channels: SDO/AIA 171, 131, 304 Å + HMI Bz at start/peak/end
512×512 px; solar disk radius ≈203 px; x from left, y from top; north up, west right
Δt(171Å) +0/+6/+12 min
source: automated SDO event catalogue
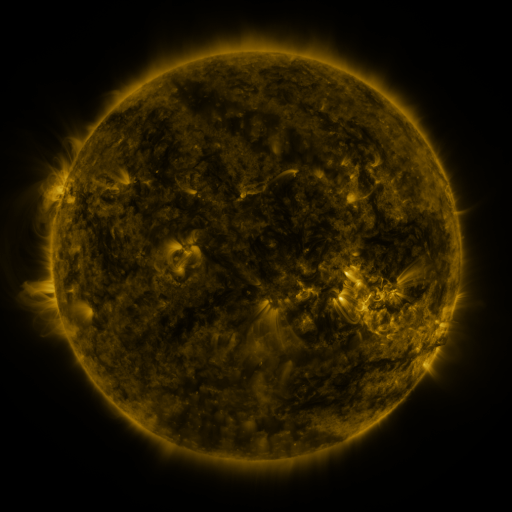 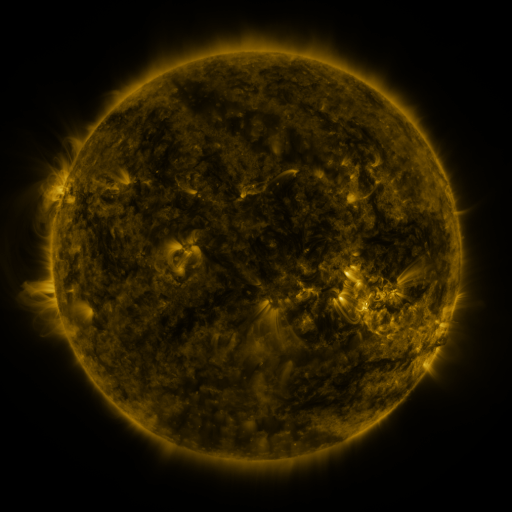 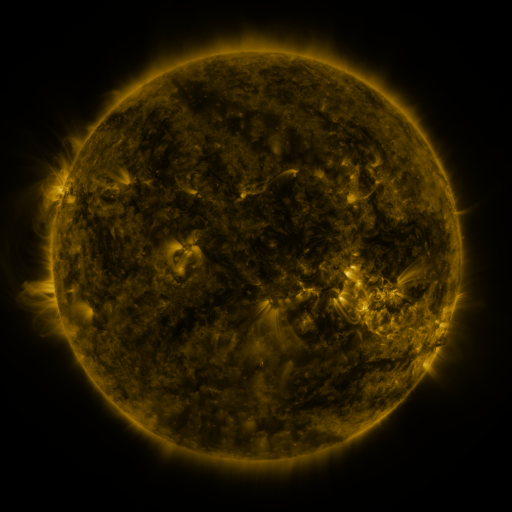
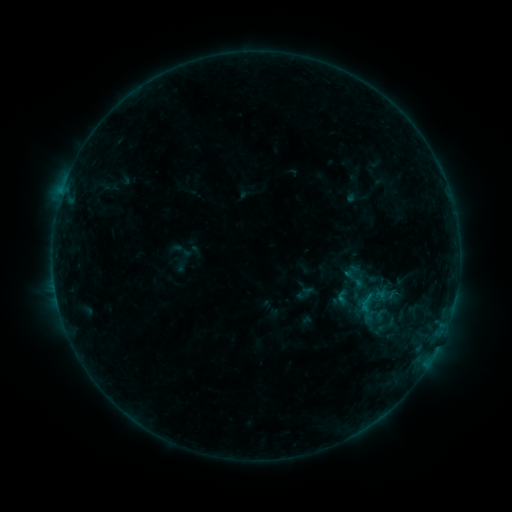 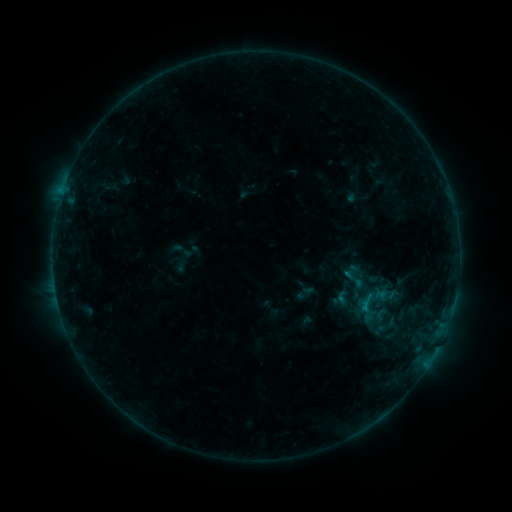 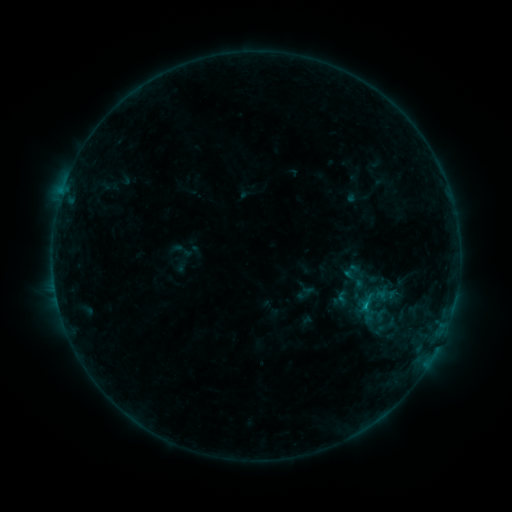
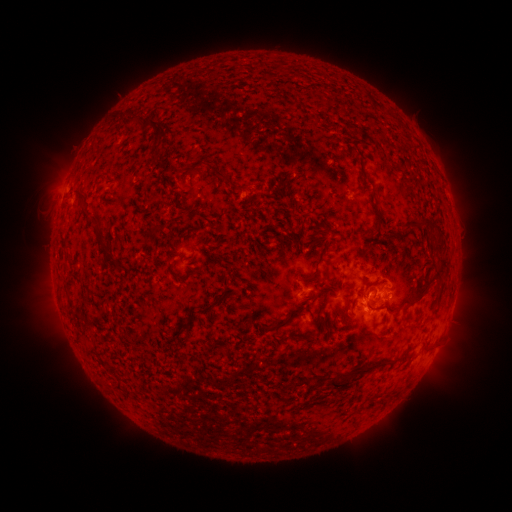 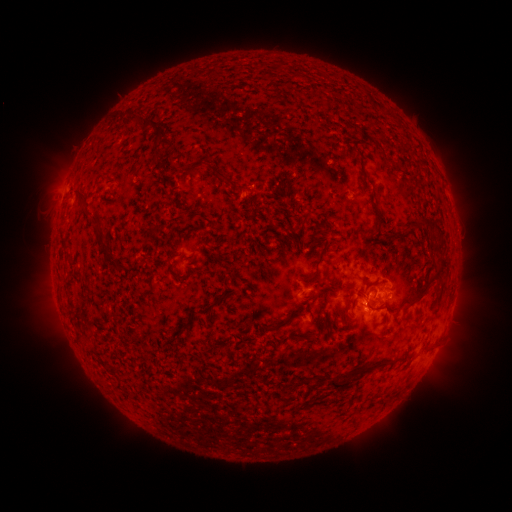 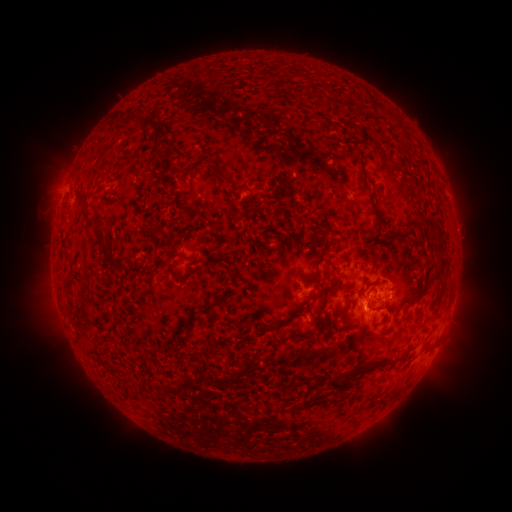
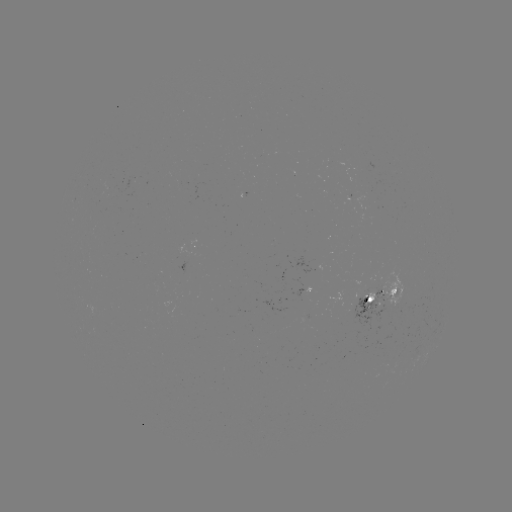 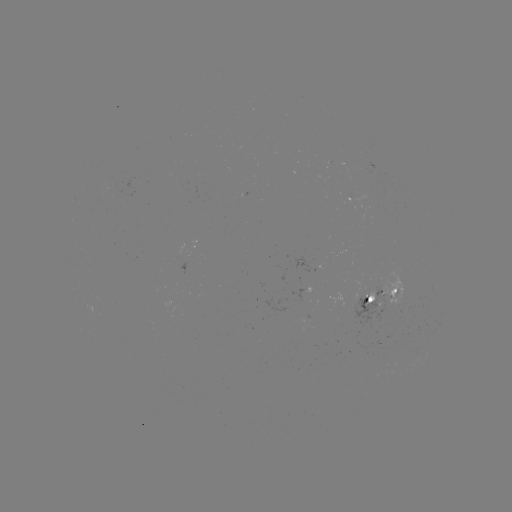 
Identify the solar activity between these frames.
B8.0 flare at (363, 305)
